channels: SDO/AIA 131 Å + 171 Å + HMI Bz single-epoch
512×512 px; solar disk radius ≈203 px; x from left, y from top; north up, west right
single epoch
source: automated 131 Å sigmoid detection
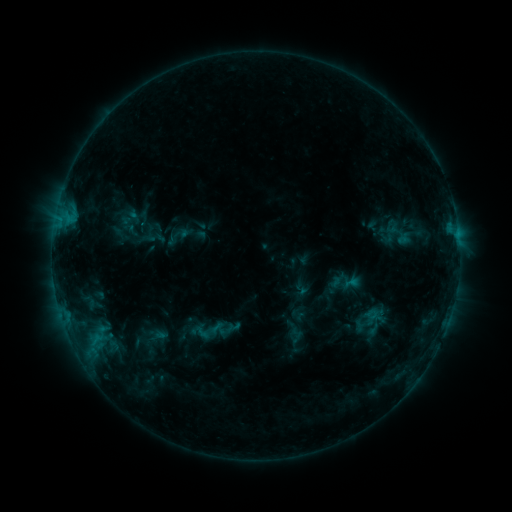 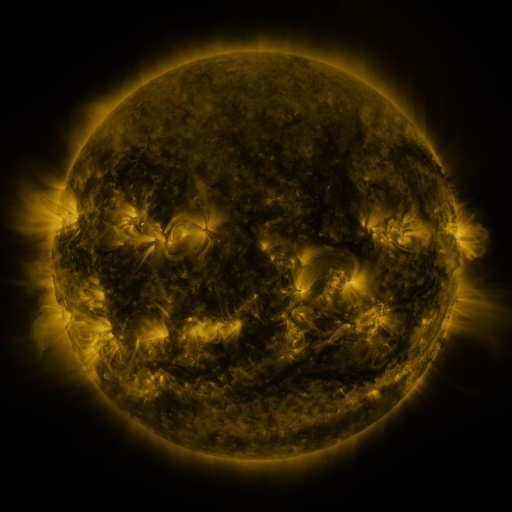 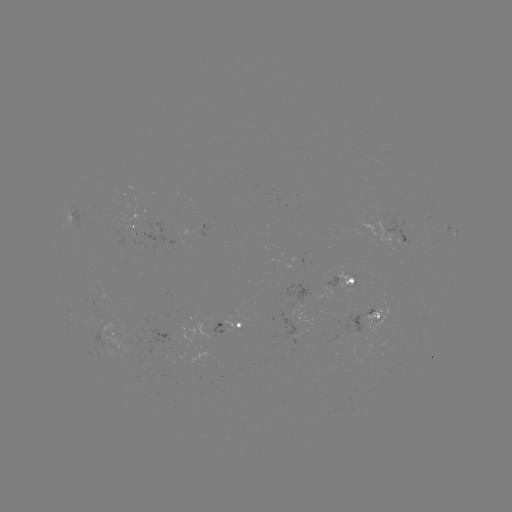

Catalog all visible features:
sigmoid: (201, 332)
